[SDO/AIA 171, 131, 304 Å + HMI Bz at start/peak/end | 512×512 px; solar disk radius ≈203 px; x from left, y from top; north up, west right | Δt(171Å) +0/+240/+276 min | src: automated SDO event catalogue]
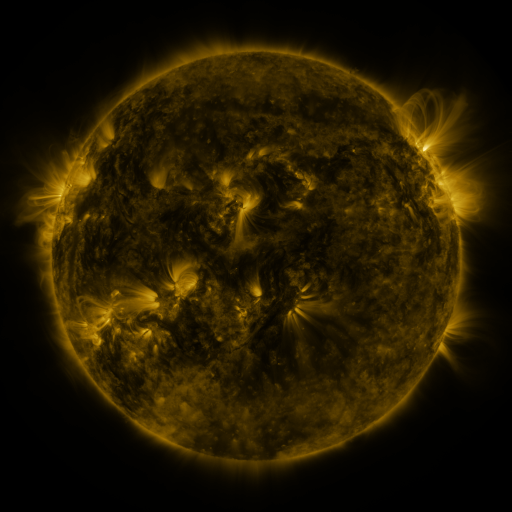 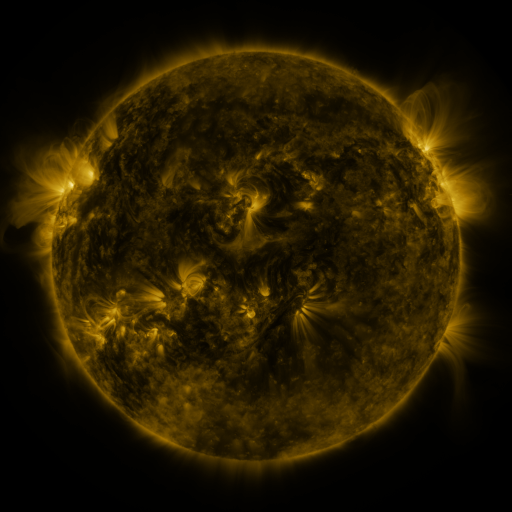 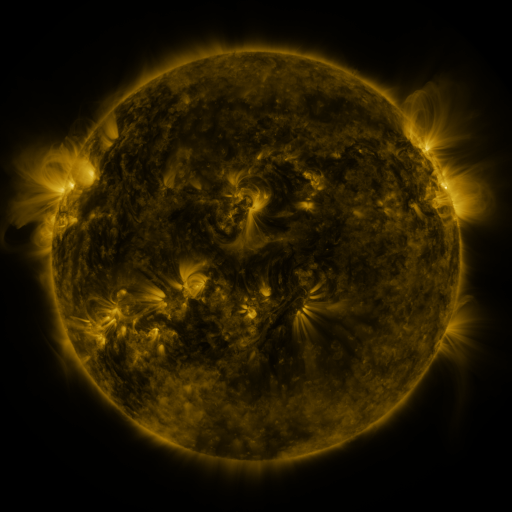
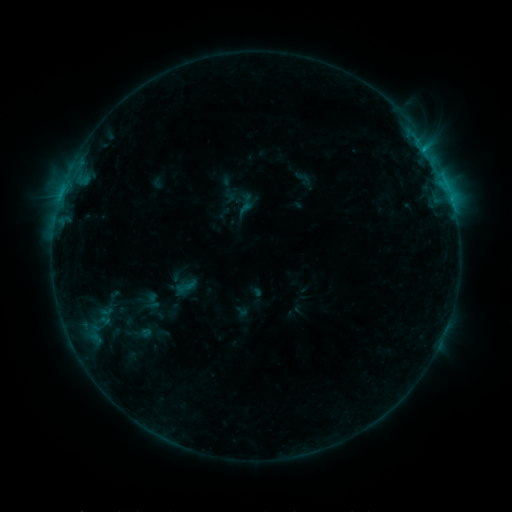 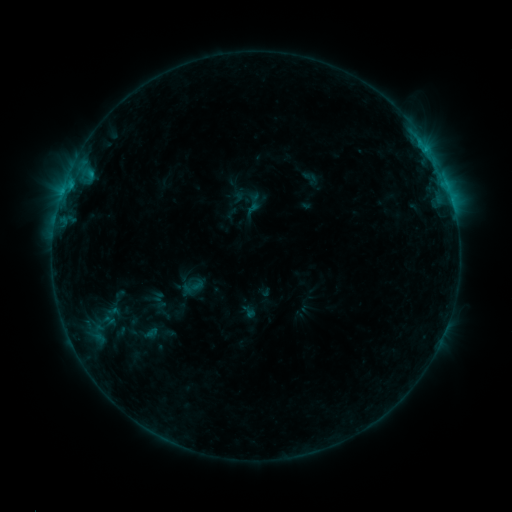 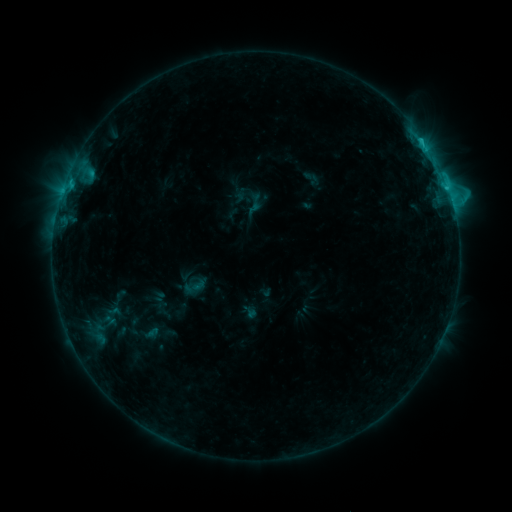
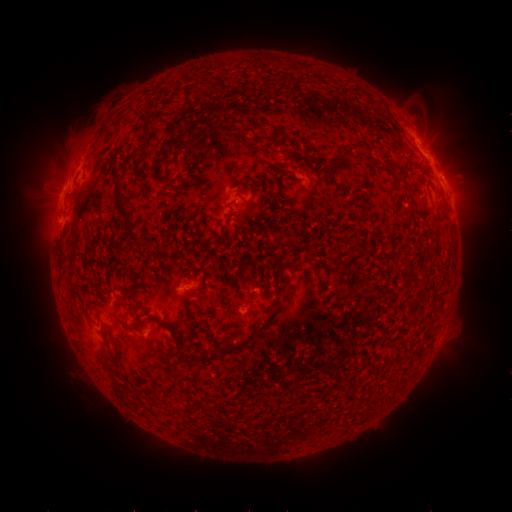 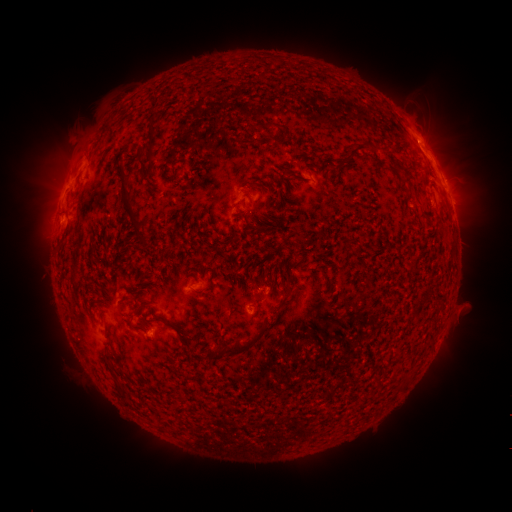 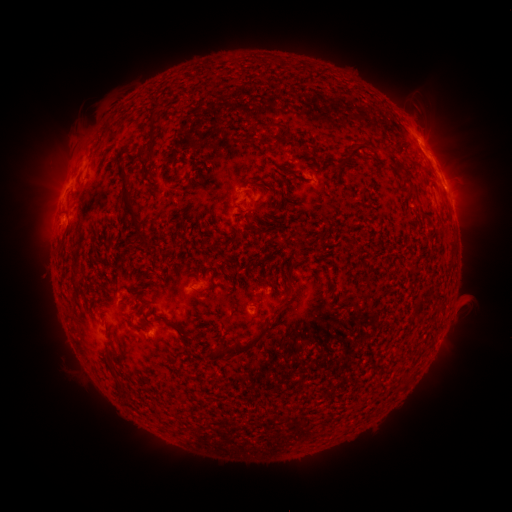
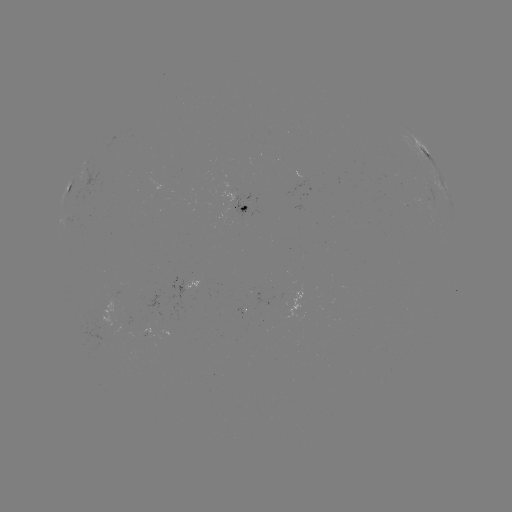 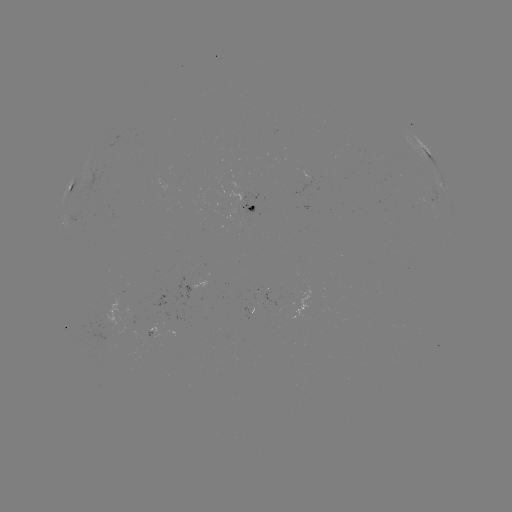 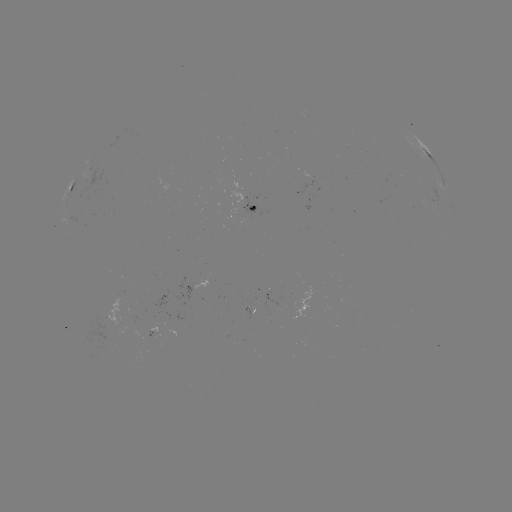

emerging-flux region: [255, 288, 266, 292]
